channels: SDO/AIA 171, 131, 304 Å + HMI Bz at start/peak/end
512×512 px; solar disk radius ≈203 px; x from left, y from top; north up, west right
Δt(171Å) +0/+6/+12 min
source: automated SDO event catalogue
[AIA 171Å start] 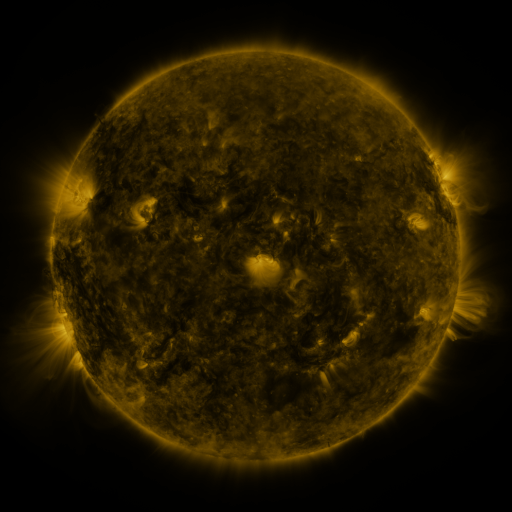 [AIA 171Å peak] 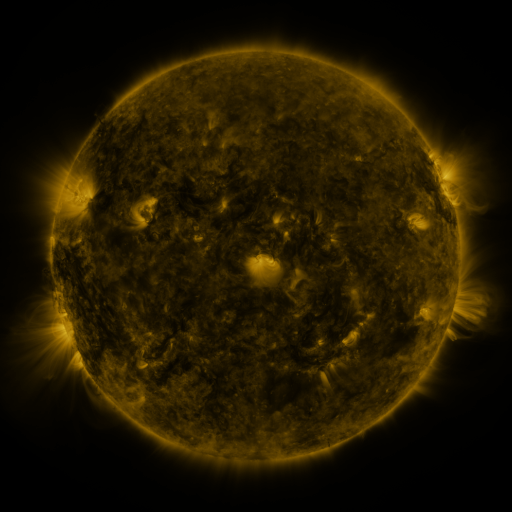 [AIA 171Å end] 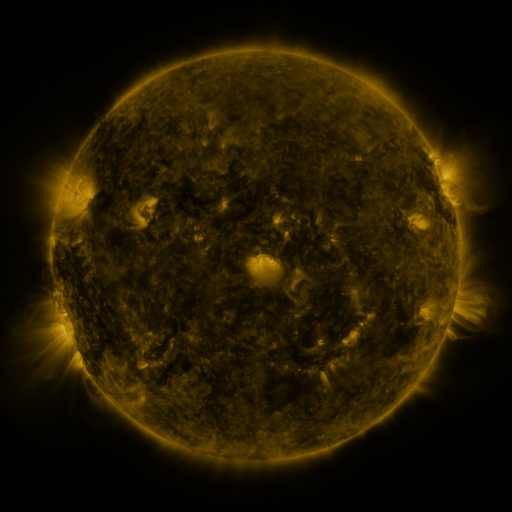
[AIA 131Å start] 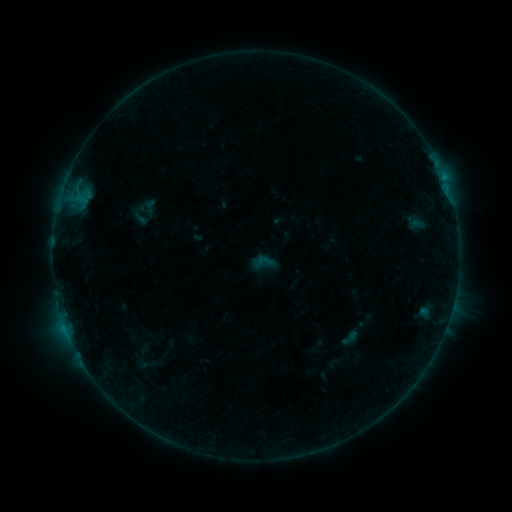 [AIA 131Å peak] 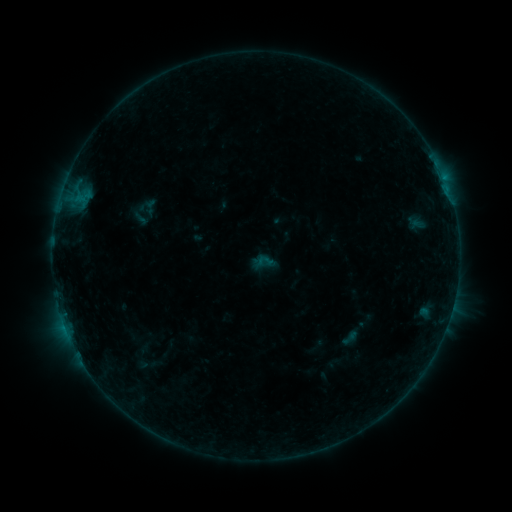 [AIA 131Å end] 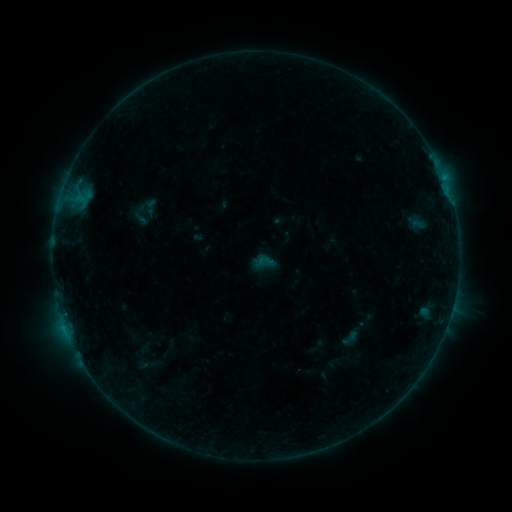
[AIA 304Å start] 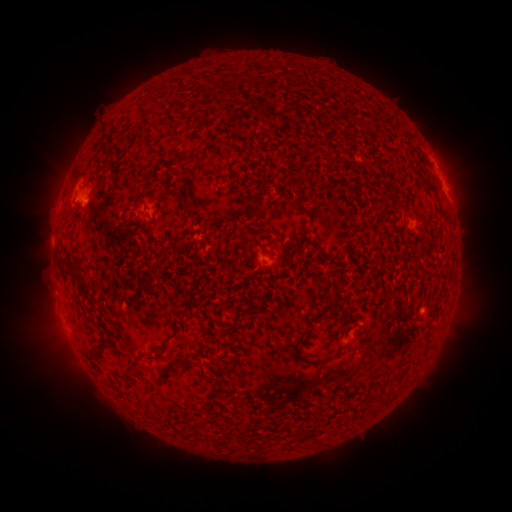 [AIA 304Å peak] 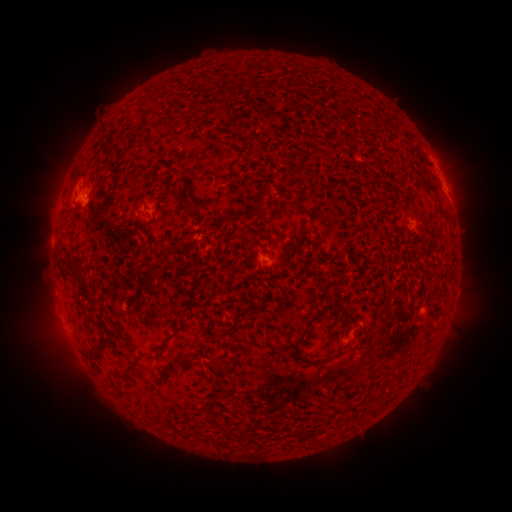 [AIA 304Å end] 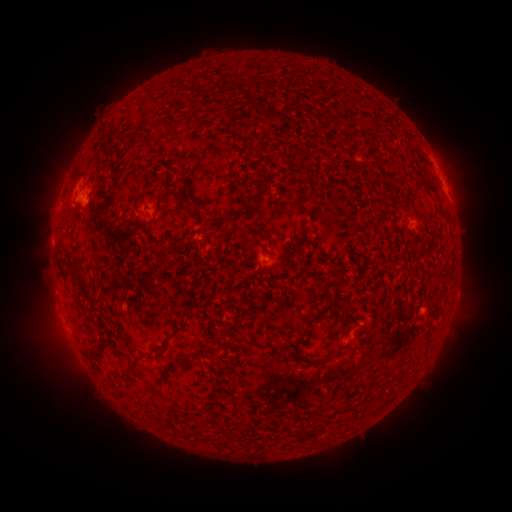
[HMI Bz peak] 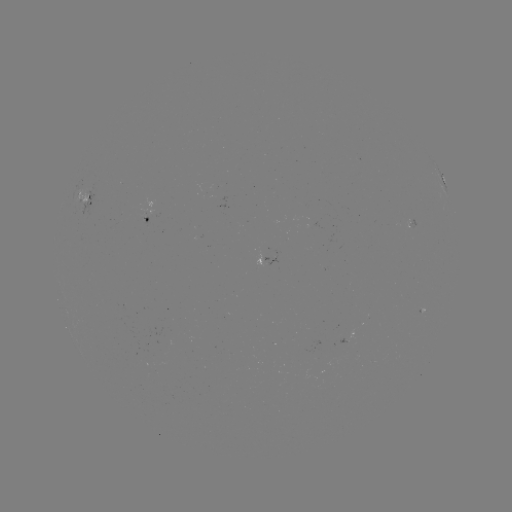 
no flare in any classed list; no EUV-trigger detection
